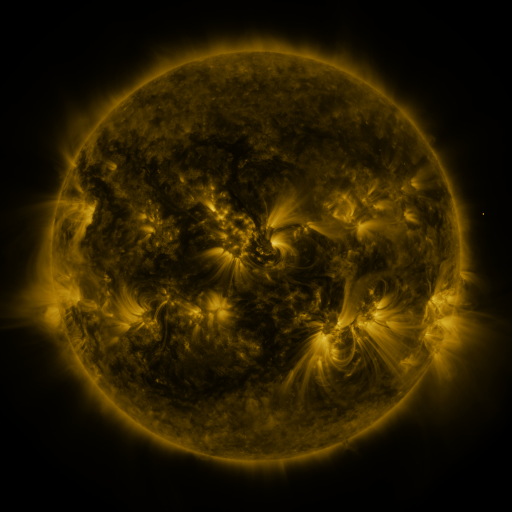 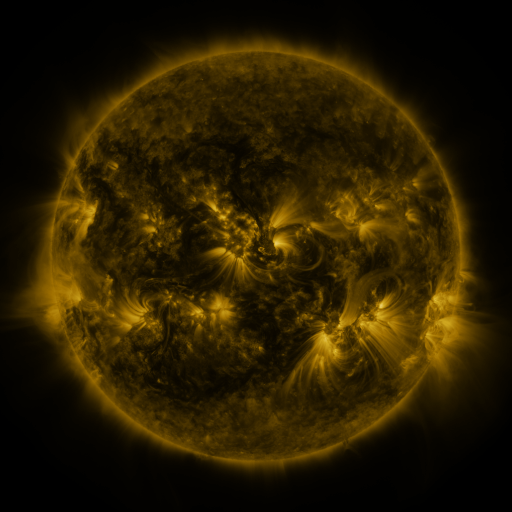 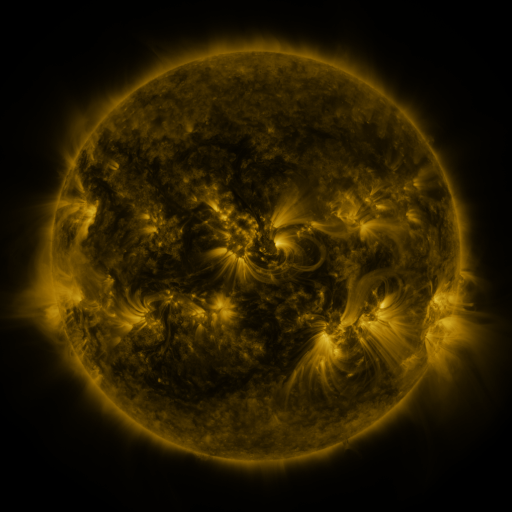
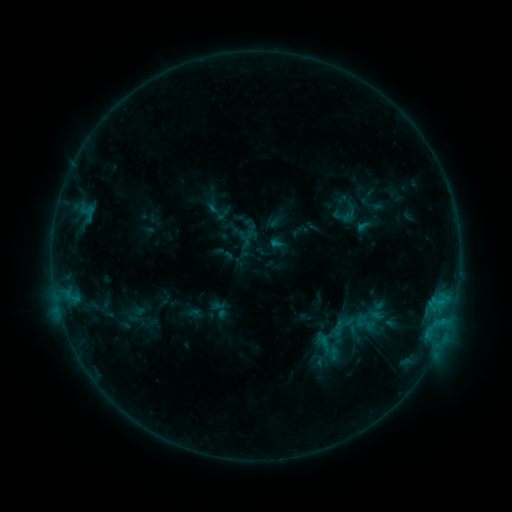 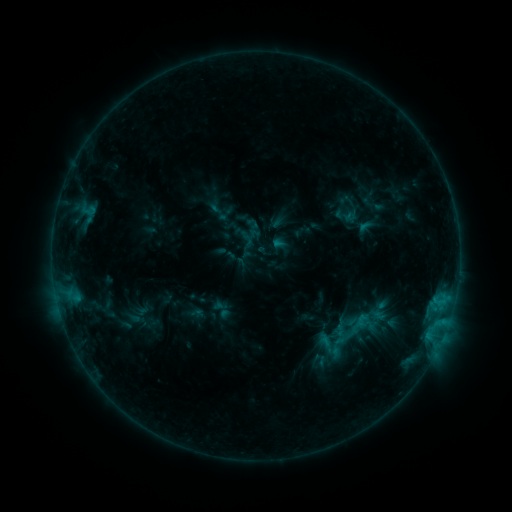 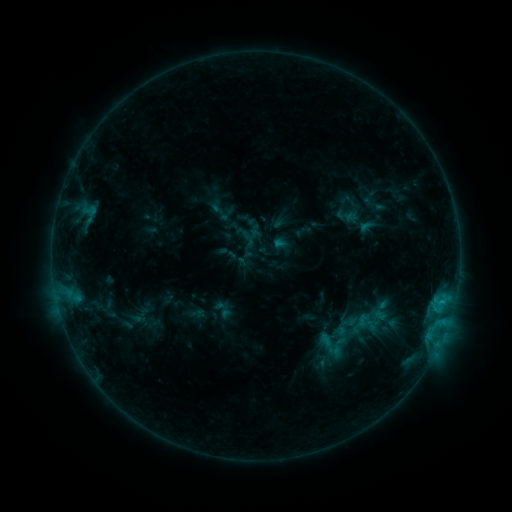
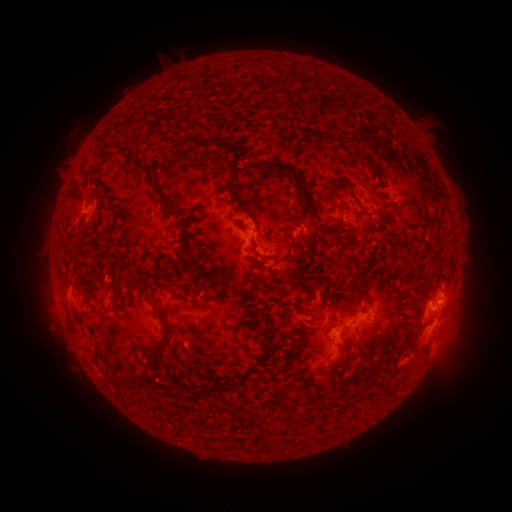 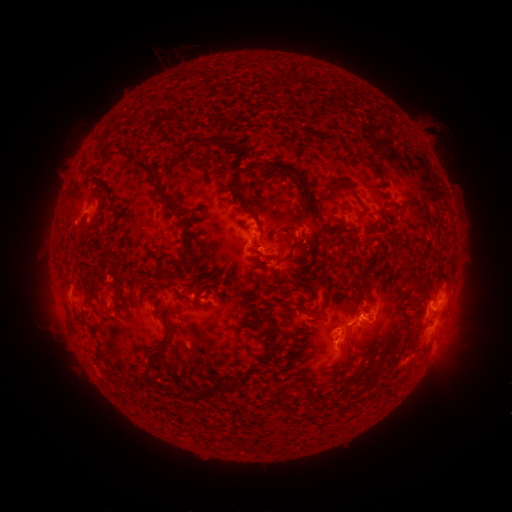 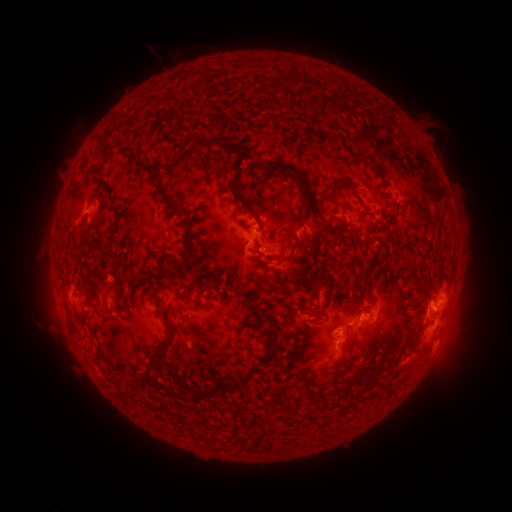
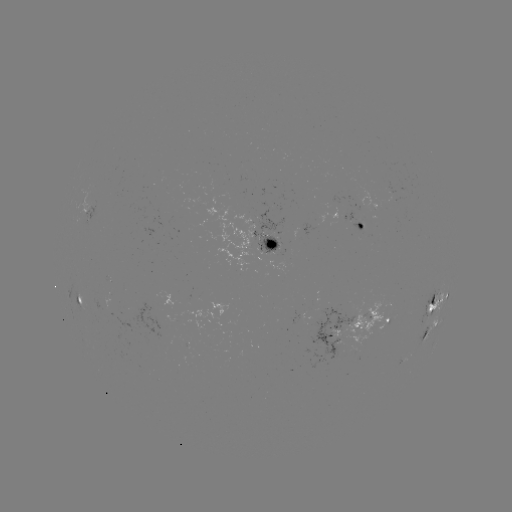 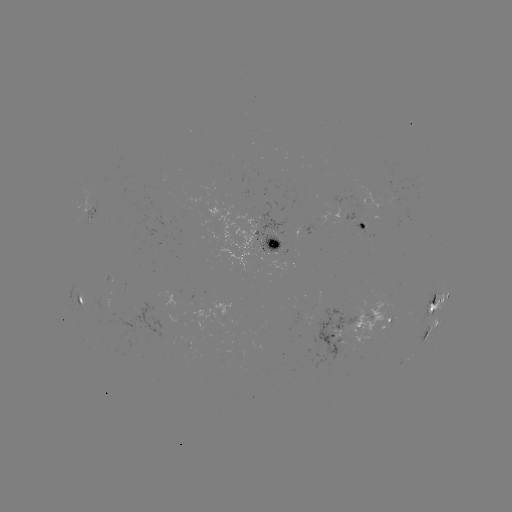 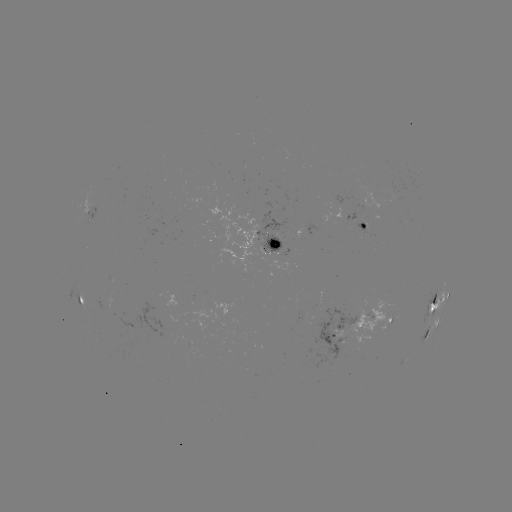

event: emerging-flux region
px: (324, 322)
